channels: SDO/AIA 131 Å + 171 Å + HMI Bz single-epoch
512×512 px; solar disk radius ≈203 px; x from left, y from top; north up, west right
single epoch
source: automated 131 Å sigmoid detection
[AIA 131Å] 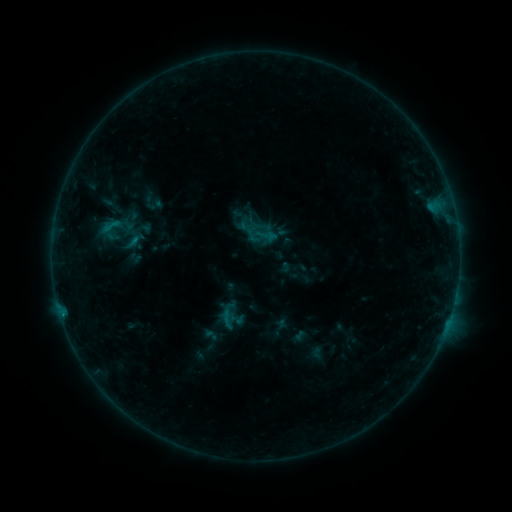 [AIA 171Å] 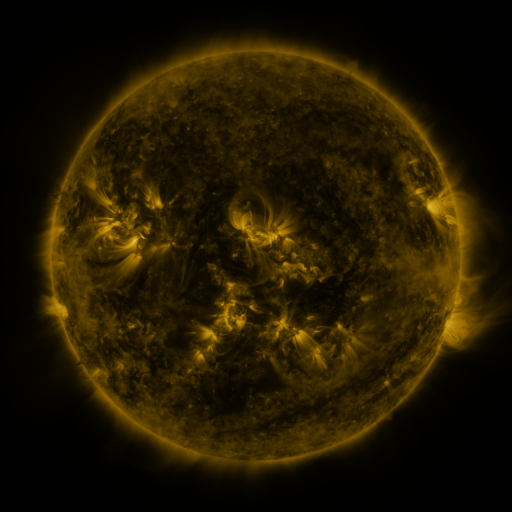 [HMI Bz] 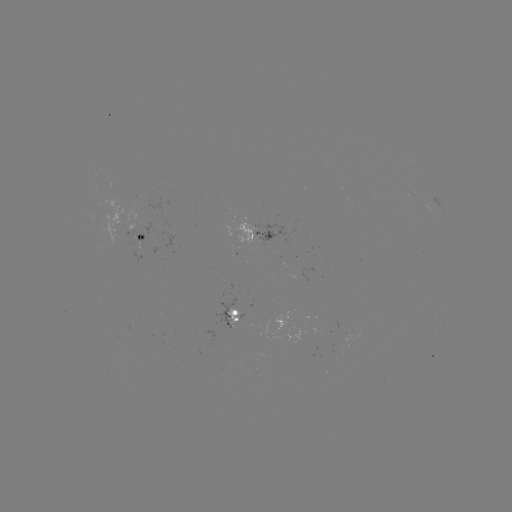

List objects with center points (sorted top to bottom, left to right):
sigmoid: <bbox>102, 214, 121, 237</bbox>
sigmoid: <bbox>214, 306, 240, 331</bbox>
